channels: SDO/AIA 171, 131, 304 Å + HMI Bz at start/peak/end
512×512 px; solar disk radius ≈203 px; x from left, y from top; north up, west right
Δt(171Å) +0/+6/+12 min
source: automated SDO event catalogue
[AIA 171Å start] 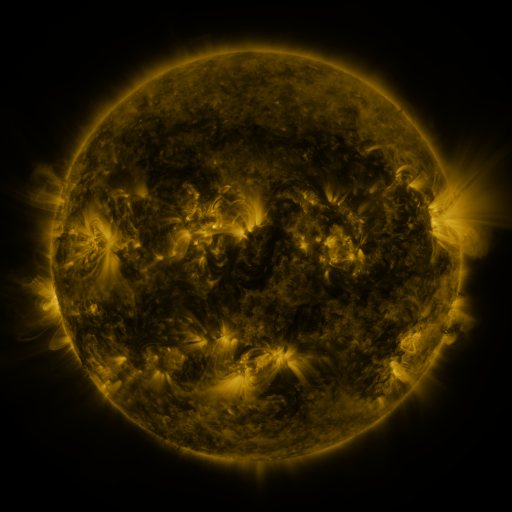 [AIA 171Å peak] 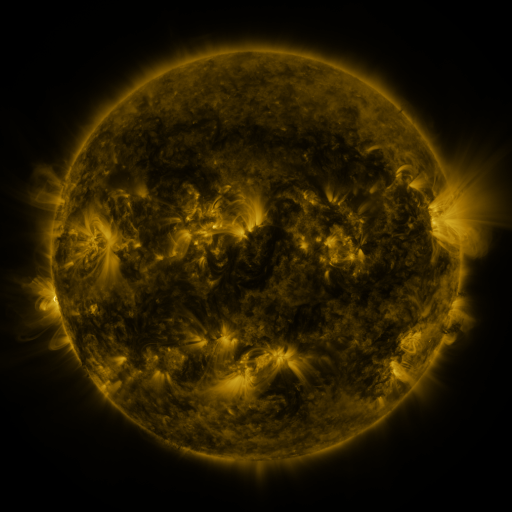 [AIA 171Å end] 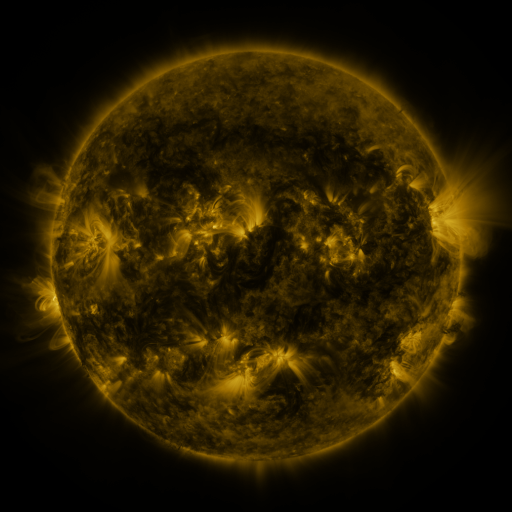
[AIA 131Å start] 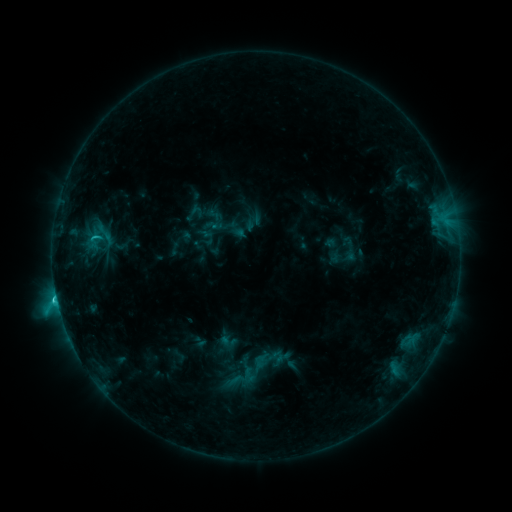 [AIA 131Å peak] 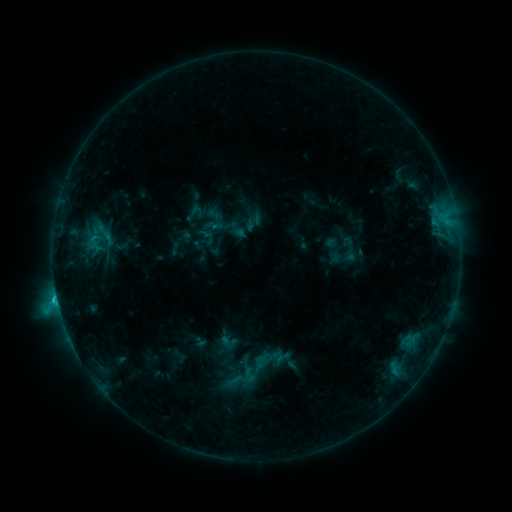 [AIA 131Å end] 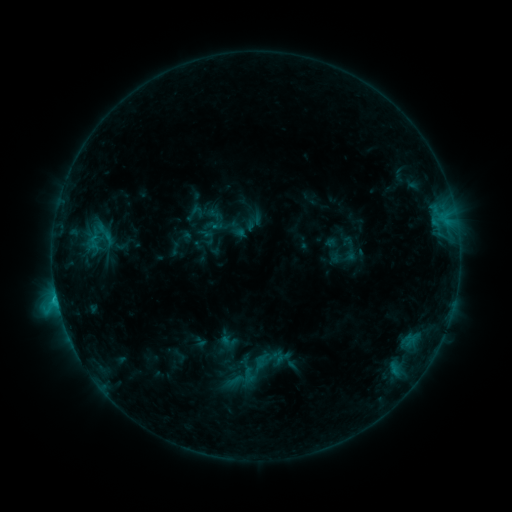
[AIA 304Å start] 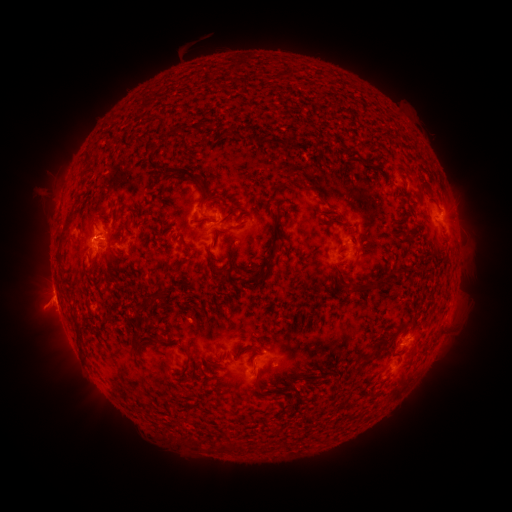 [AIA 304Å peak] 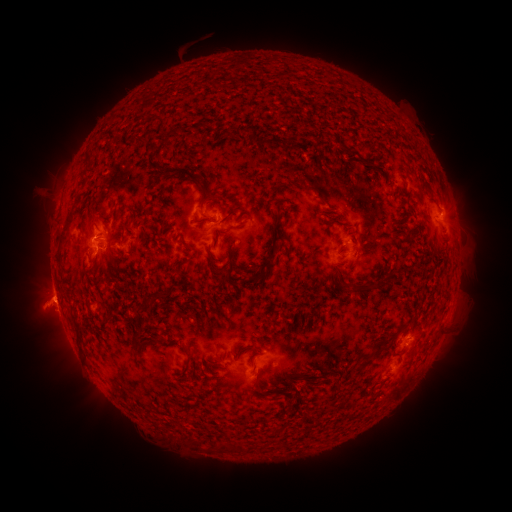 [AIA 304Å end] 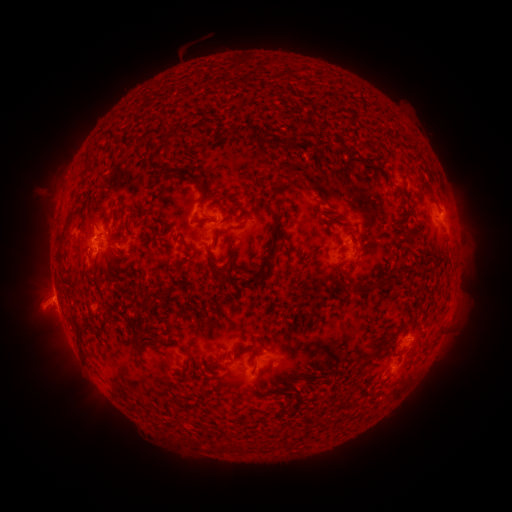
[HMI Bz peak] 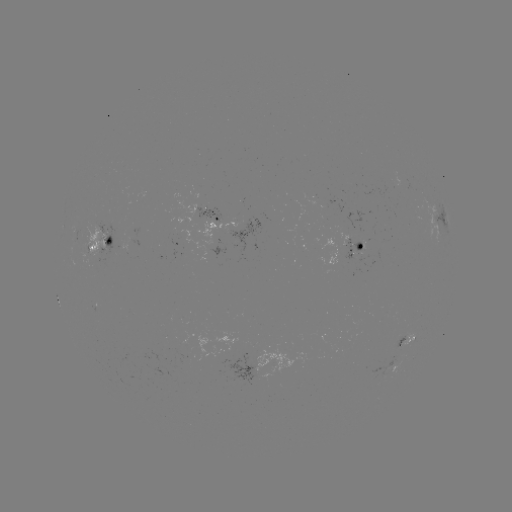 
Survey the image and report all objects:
eruption: (404, 344)
